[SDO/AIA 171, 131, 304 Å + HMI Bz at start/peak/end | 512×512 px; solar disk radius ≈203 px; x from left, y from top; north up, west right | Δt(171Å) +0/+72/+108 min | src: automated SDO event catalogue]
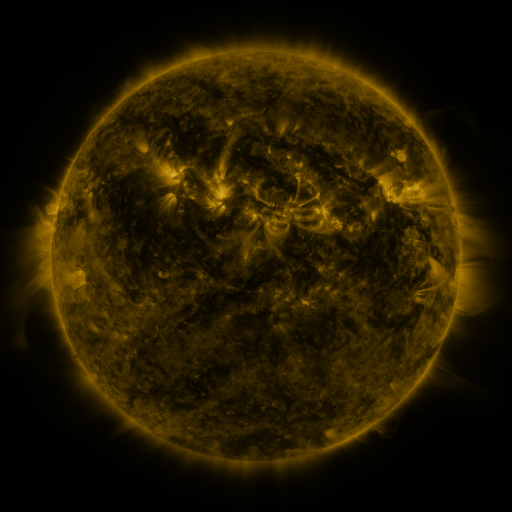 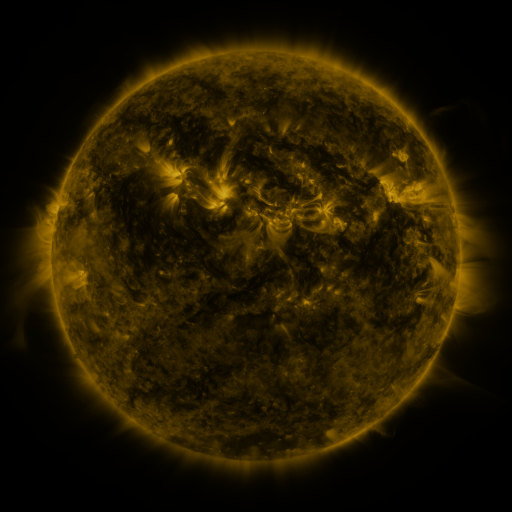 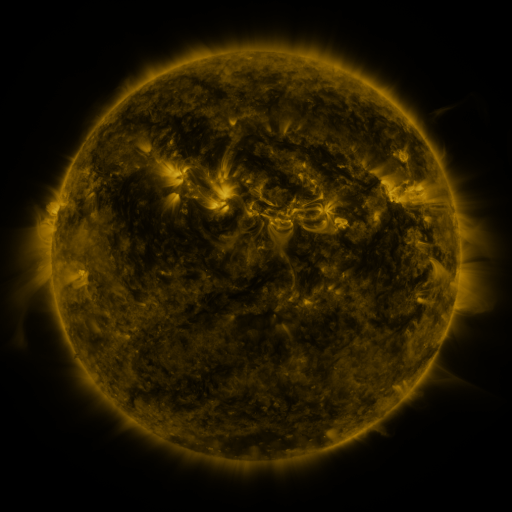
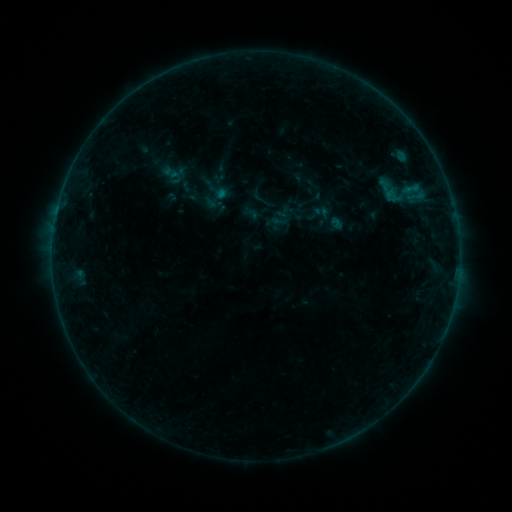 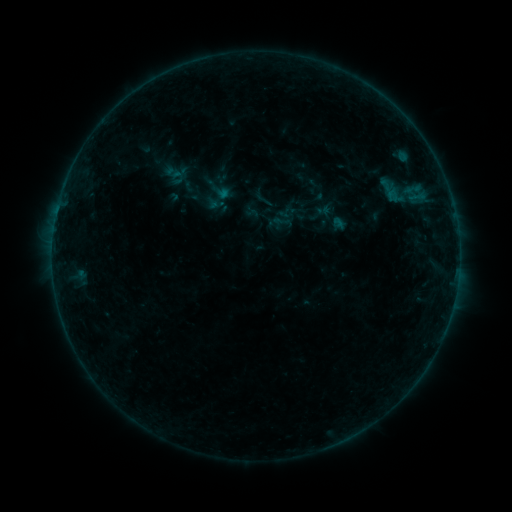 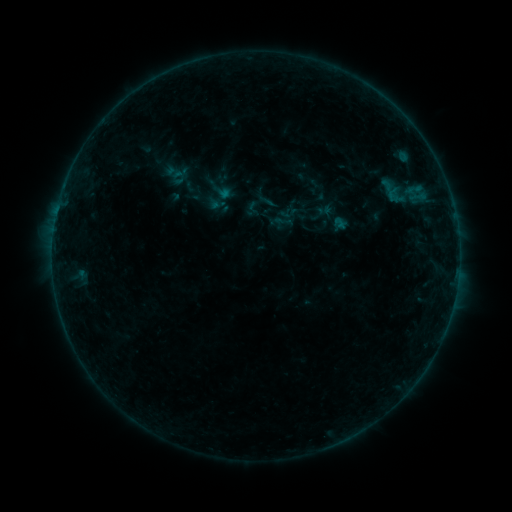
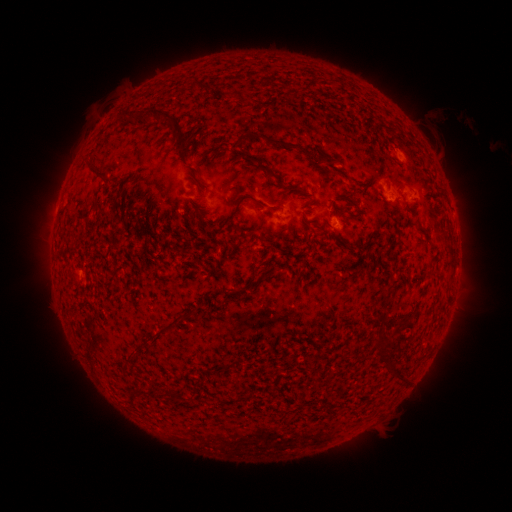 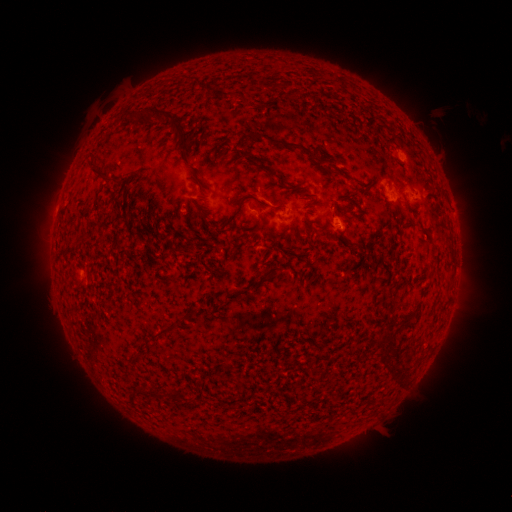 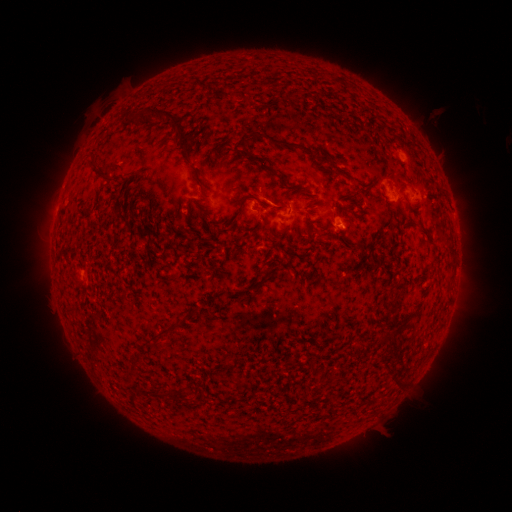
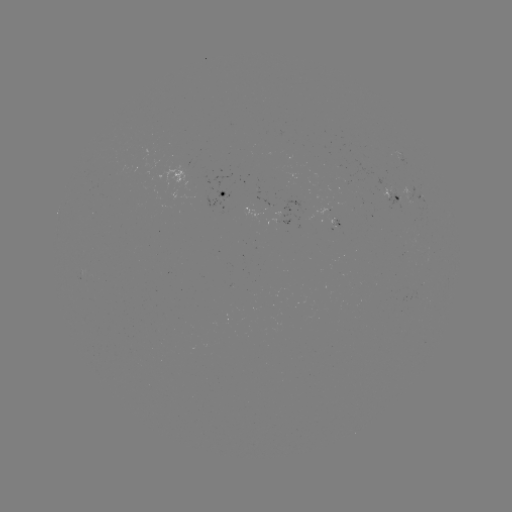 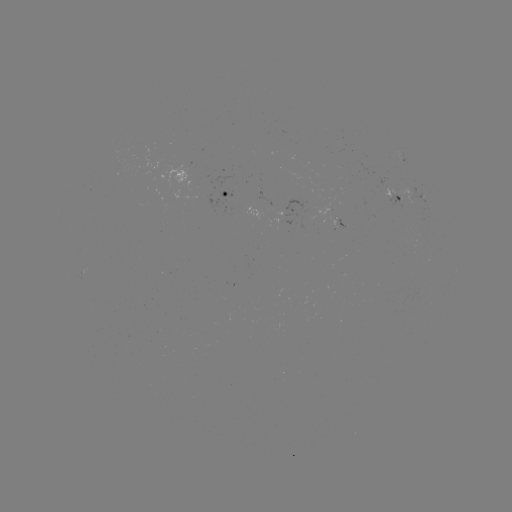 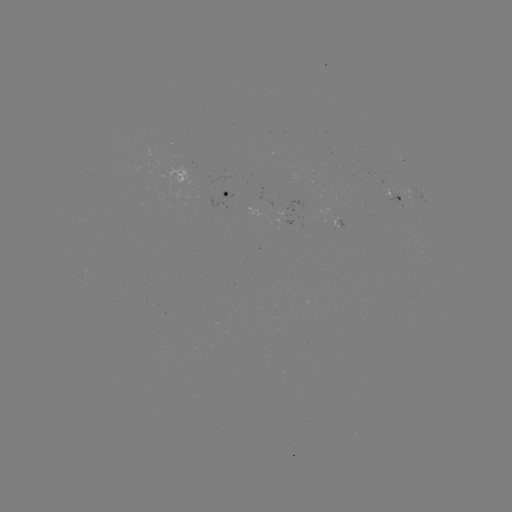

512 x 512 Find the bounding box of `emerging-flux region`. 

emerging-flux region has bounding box [191, 193, 229, 214].